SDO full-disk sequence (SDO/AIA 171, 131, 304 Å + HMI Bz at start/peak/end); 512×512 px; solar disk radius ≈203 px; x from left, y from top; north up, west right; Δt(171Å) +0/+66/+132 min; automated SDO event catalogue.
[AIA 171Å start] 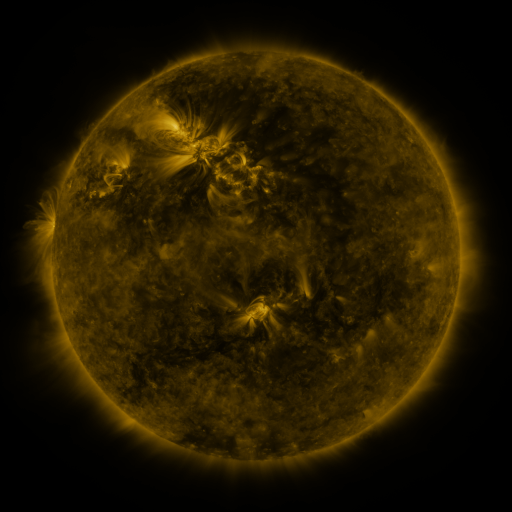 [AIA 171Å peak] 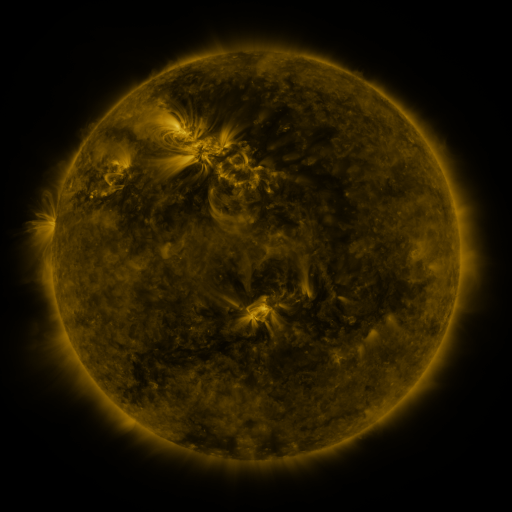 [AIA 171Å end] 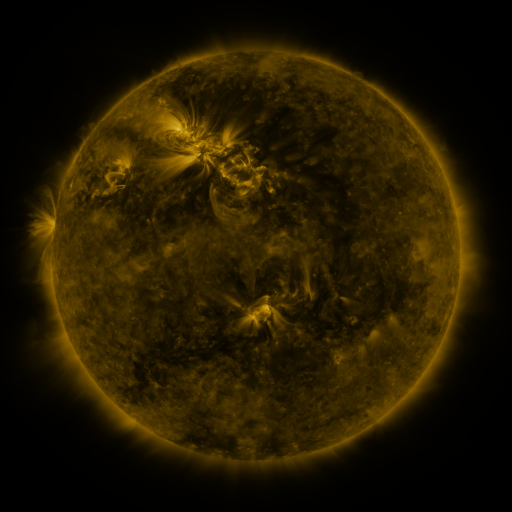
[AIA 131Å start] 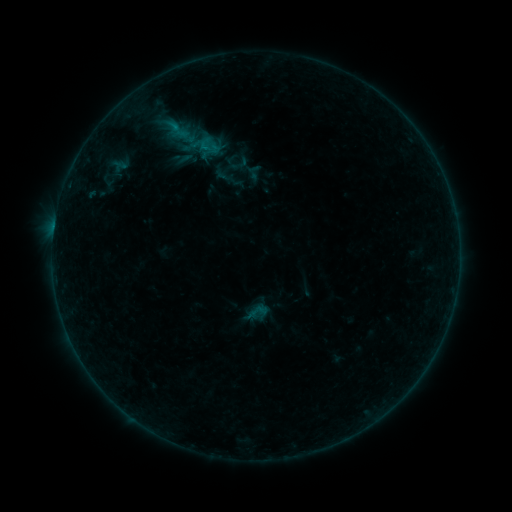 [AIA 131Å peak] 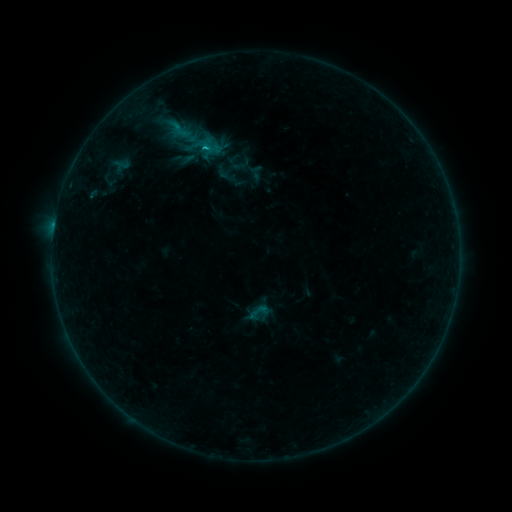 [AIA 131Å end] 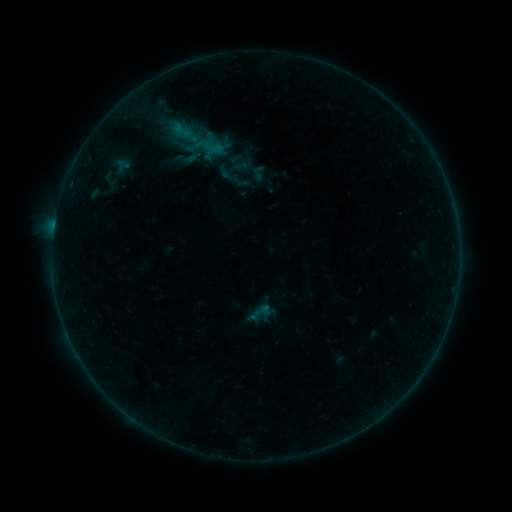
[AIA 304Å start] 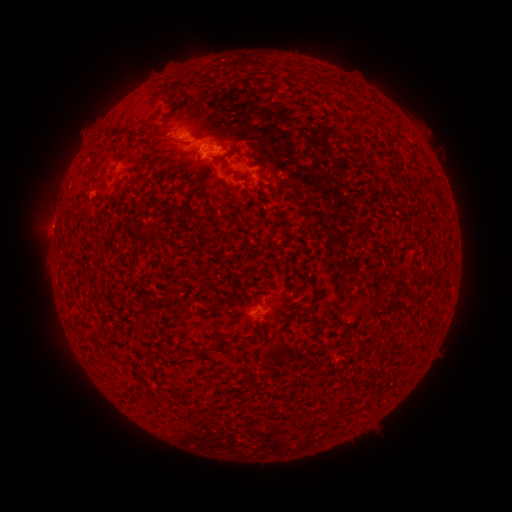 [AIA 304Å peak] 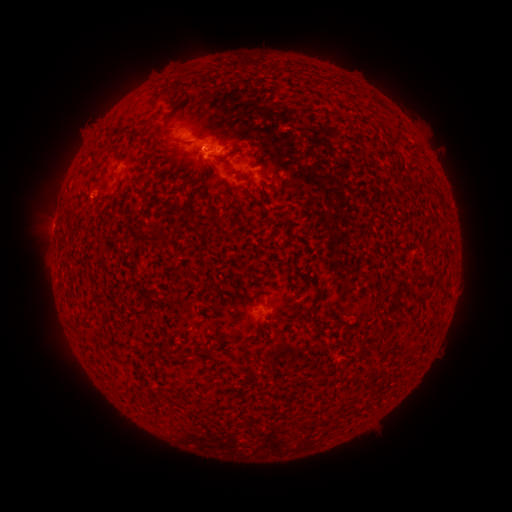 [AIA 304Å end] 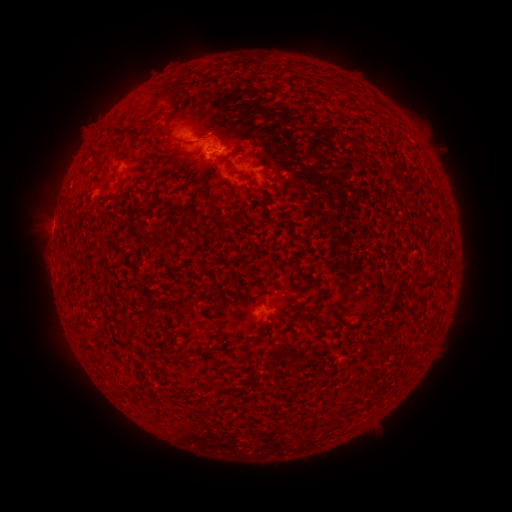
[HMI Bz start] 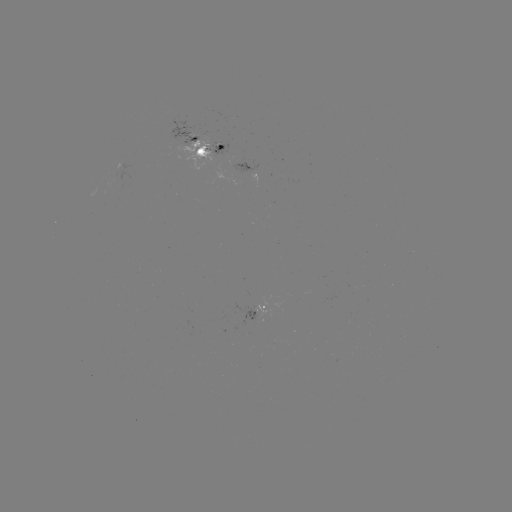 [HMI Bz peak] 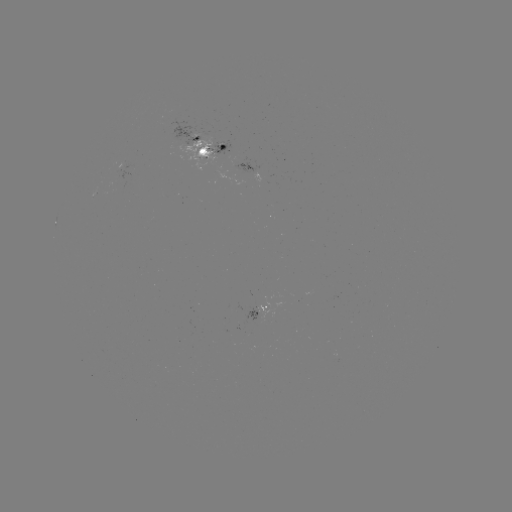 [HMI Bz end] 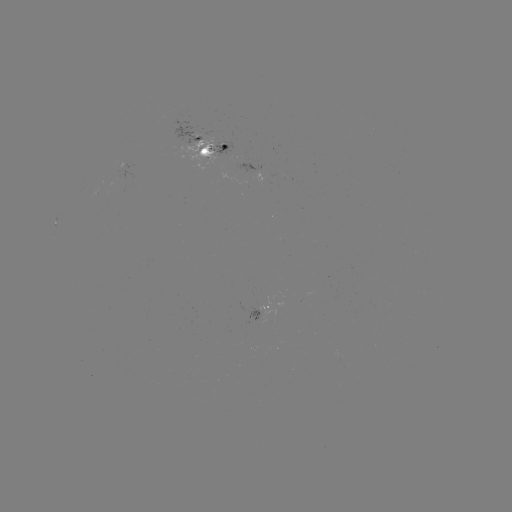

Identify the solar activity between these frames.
emerging-flux region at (218, 151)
